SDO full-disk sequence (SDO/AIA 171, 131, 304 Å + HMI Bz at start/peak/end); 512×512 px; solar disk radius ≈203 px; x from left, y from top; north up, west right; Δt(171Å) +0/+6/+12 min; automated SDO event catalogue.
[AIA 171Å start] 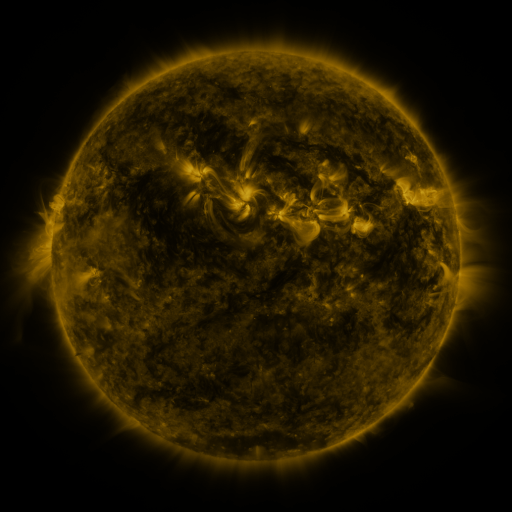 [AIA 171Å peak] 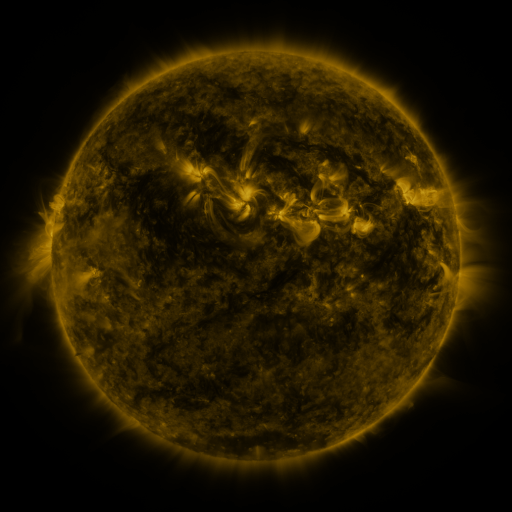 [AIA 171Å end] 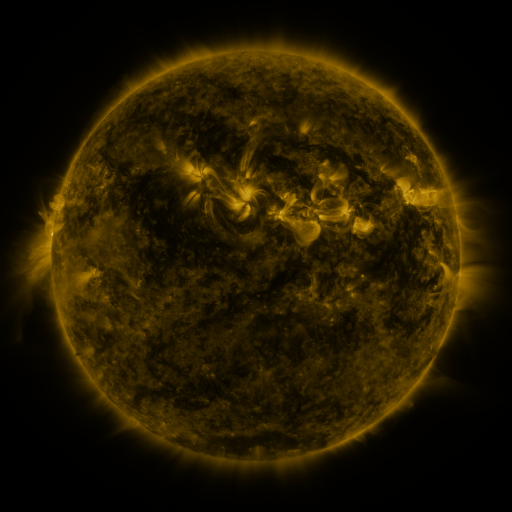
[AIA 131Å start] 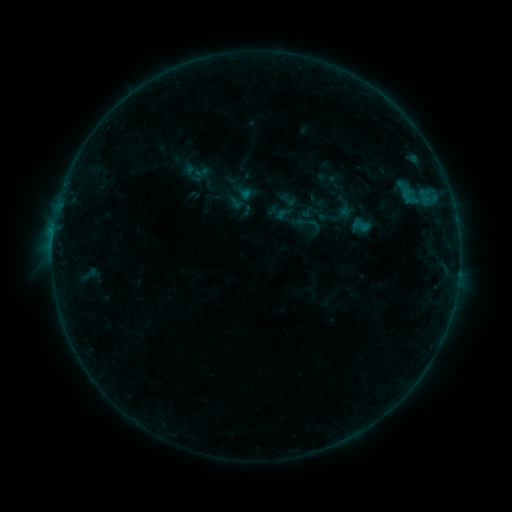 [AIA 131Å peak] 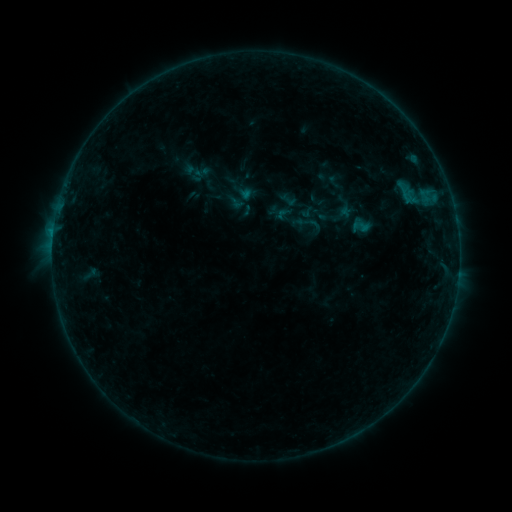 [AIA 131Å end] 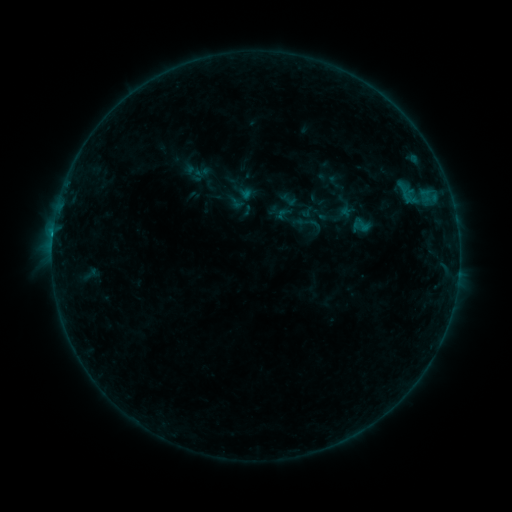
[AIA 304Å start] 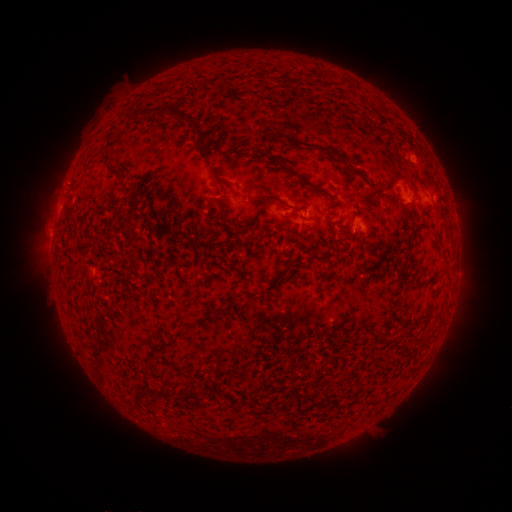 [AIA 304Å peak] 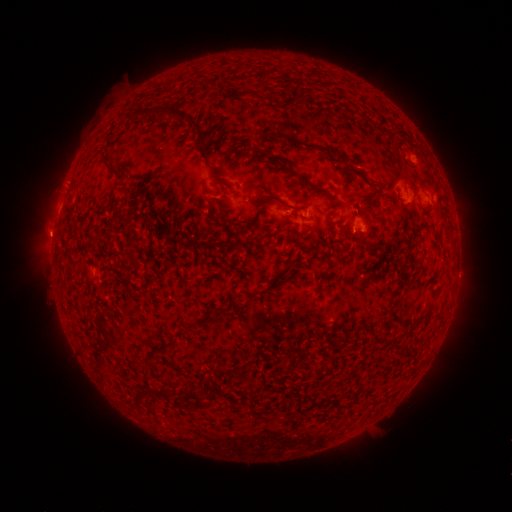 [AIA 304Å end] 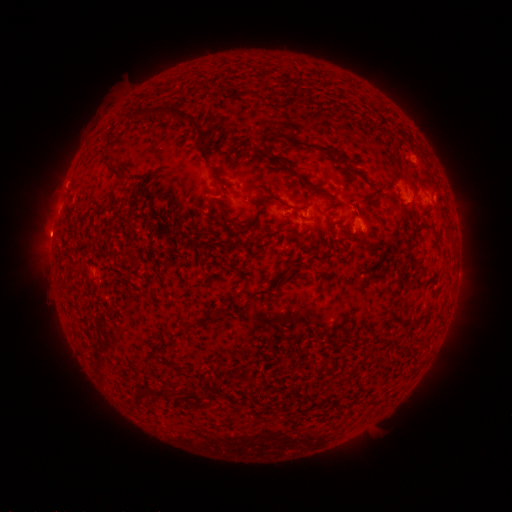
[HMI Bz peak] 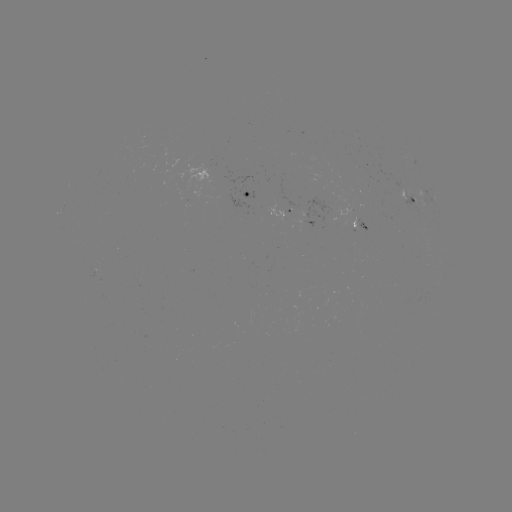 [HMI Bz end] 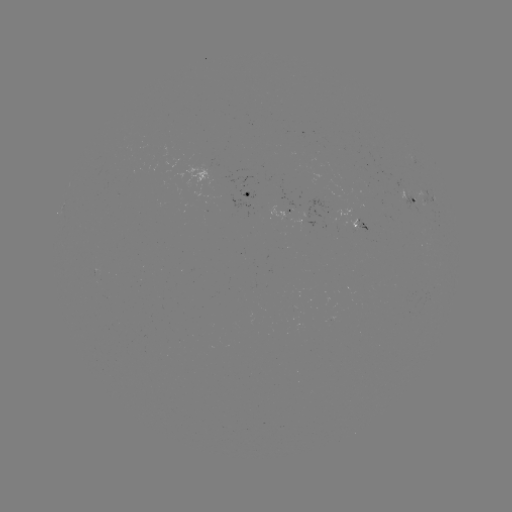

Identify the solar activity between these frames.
B3.9 flare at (53, 237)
